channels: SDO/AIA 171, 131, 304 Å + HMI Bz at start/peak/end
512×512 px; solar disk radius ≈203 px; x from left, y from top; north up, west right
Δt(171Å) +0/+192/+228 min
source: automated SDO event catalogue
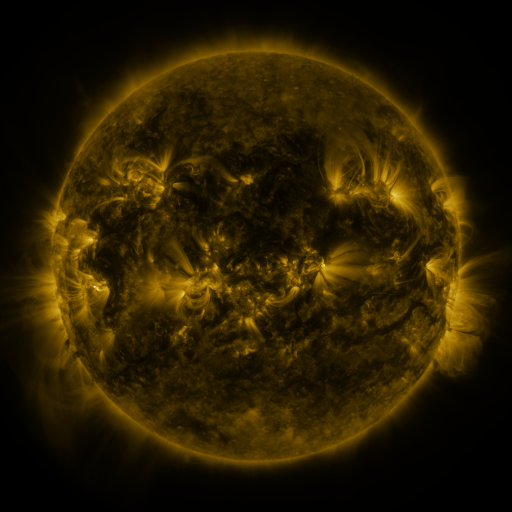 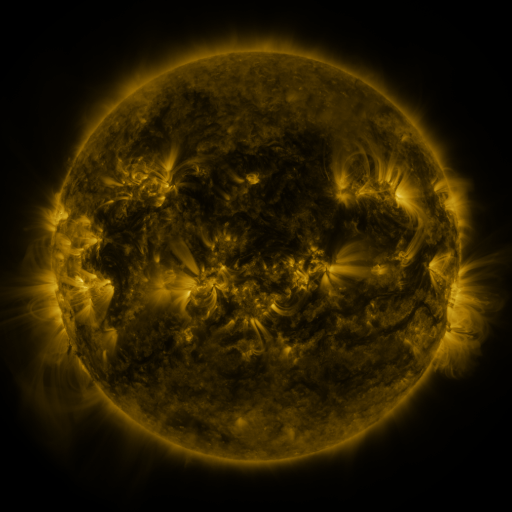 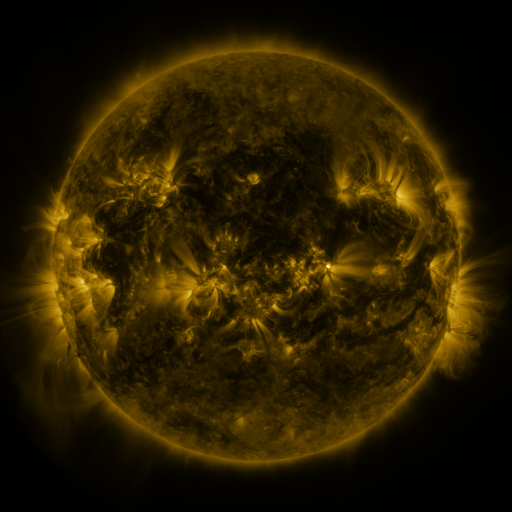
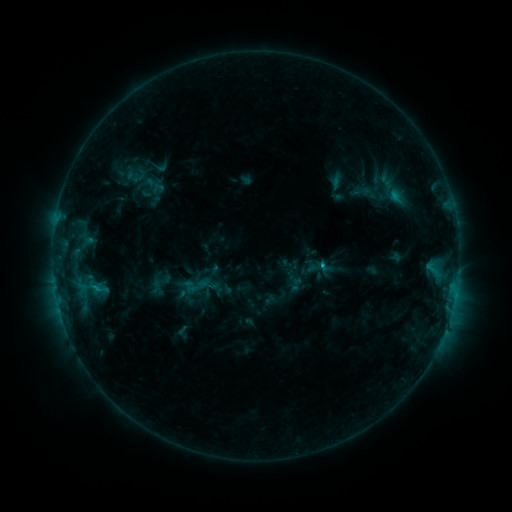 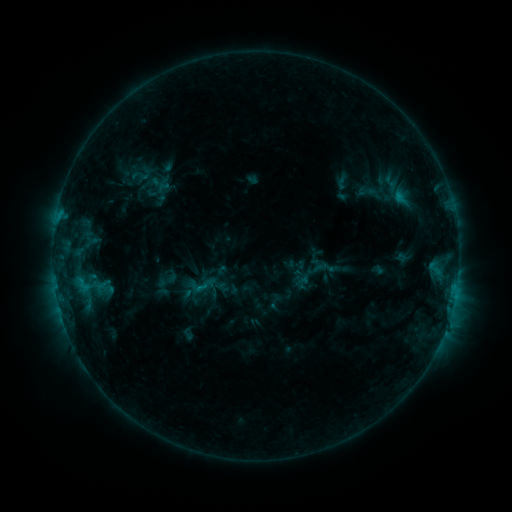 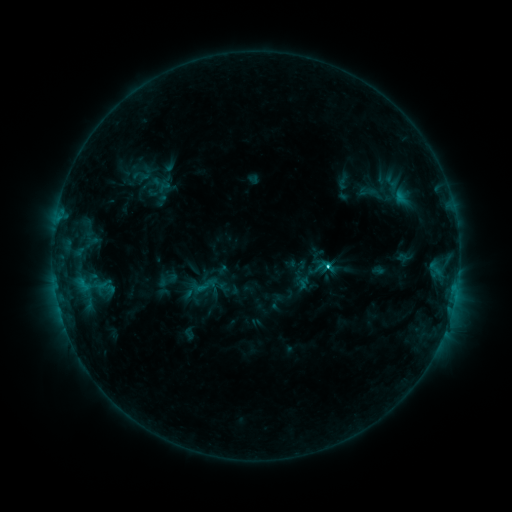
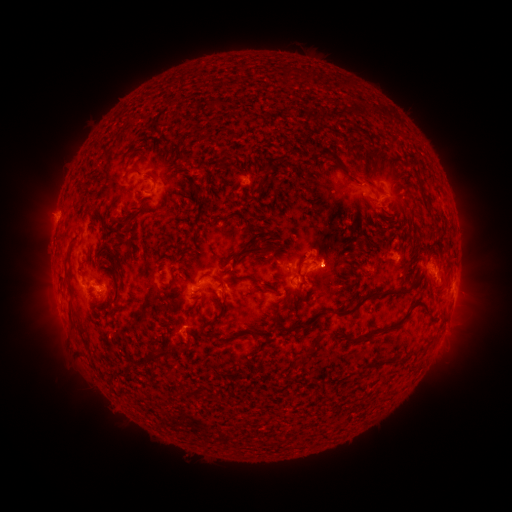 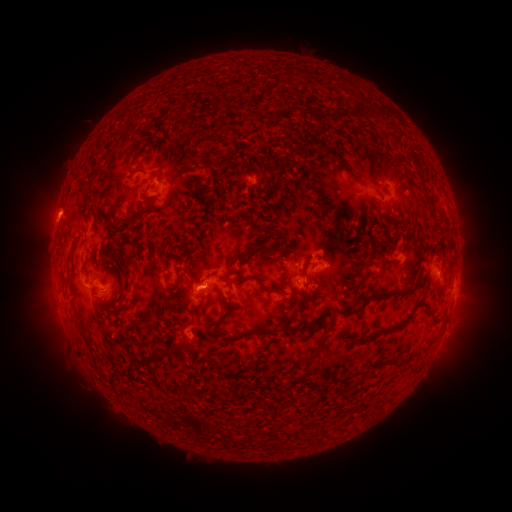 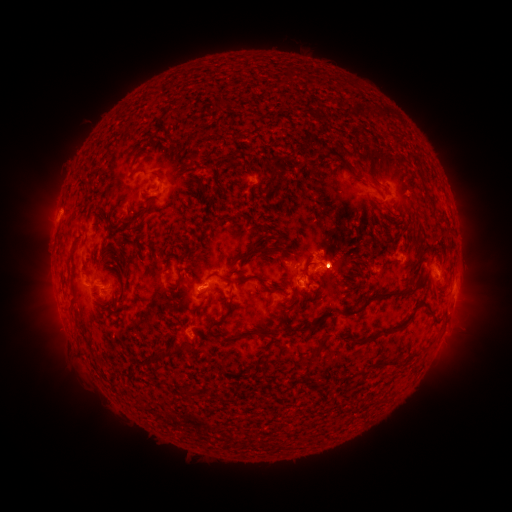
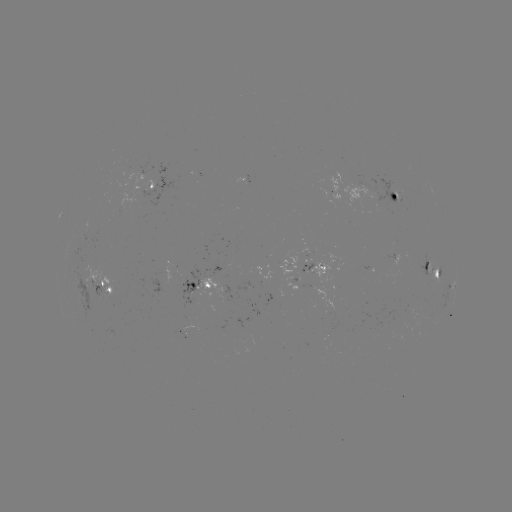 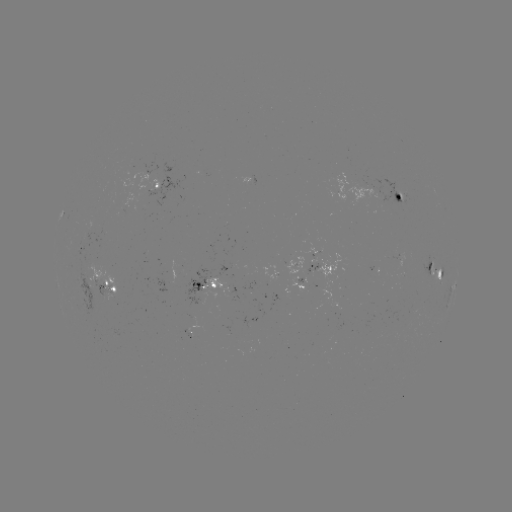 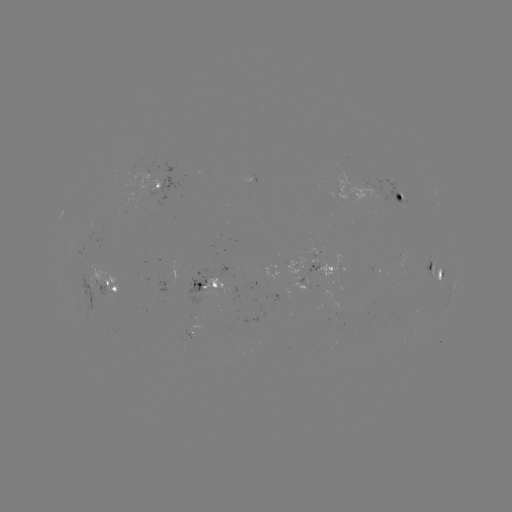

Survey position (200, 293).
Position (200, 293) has emerging-flux region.